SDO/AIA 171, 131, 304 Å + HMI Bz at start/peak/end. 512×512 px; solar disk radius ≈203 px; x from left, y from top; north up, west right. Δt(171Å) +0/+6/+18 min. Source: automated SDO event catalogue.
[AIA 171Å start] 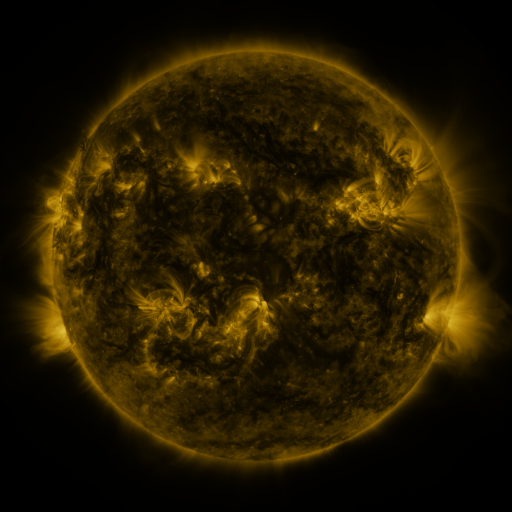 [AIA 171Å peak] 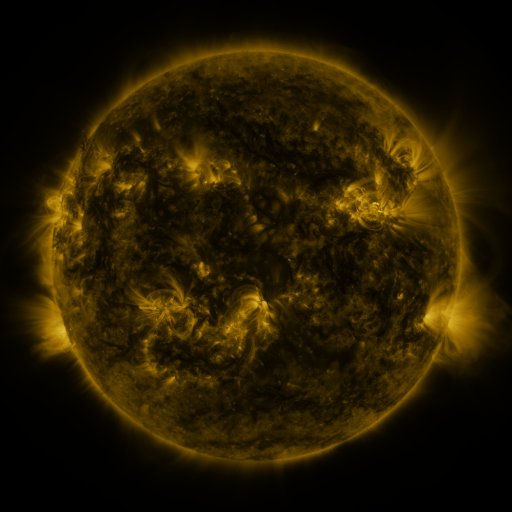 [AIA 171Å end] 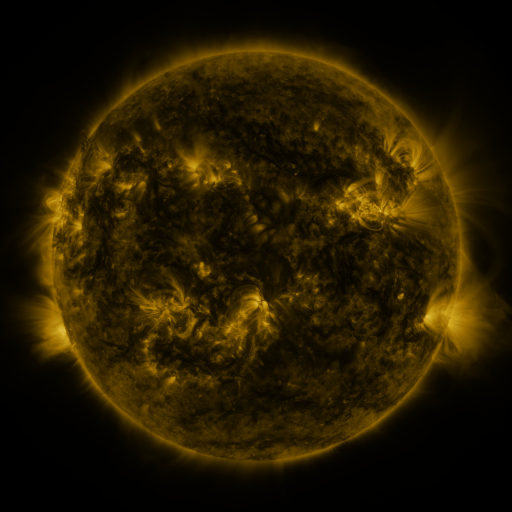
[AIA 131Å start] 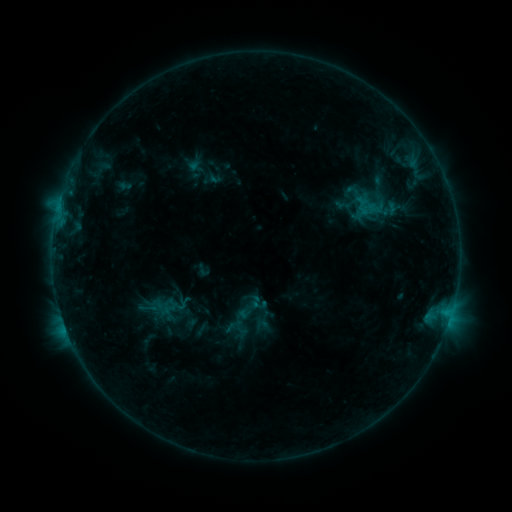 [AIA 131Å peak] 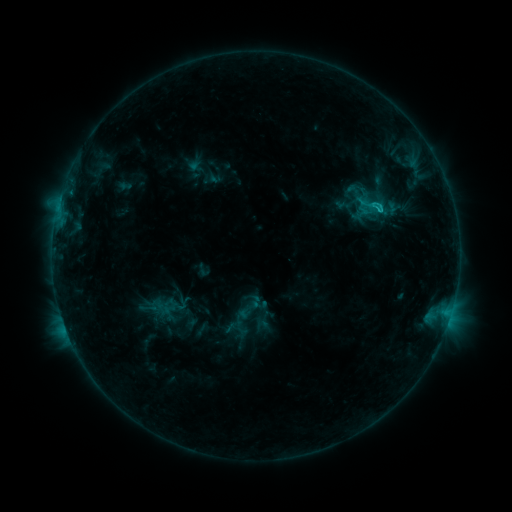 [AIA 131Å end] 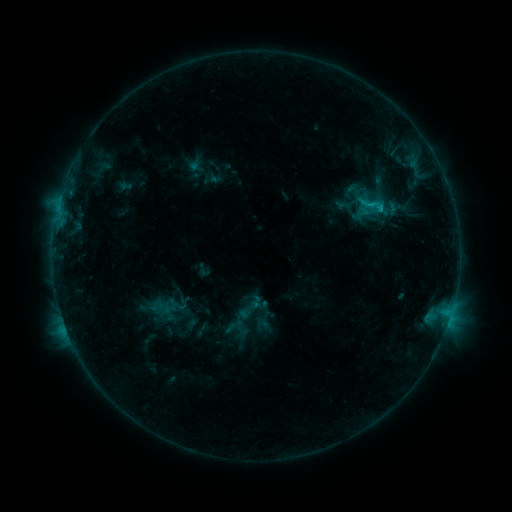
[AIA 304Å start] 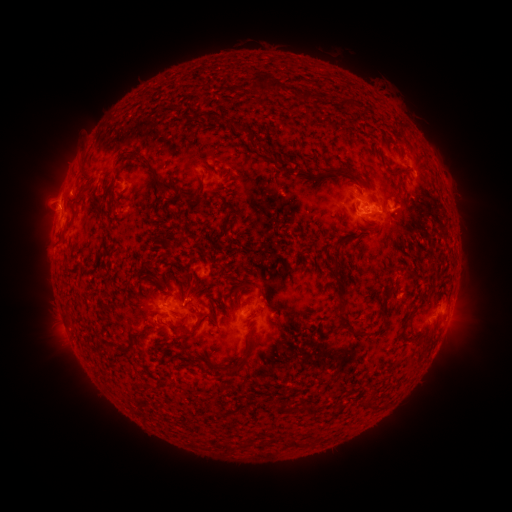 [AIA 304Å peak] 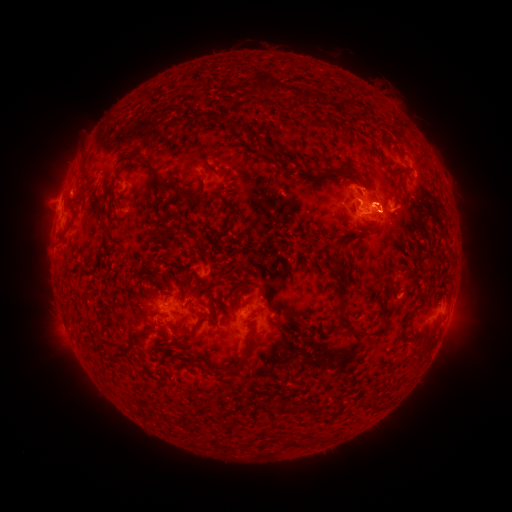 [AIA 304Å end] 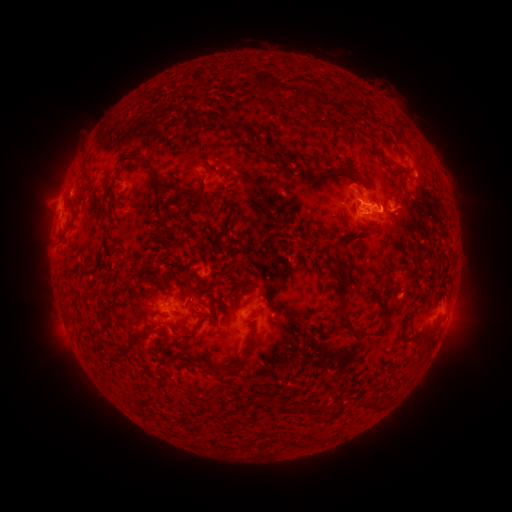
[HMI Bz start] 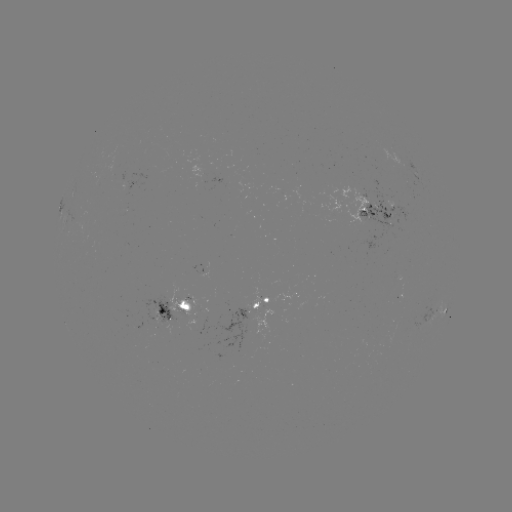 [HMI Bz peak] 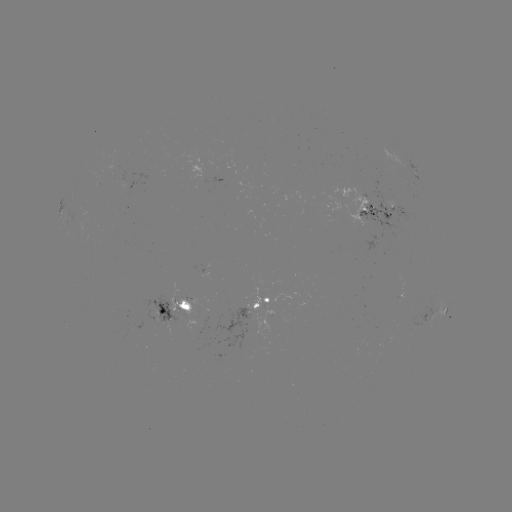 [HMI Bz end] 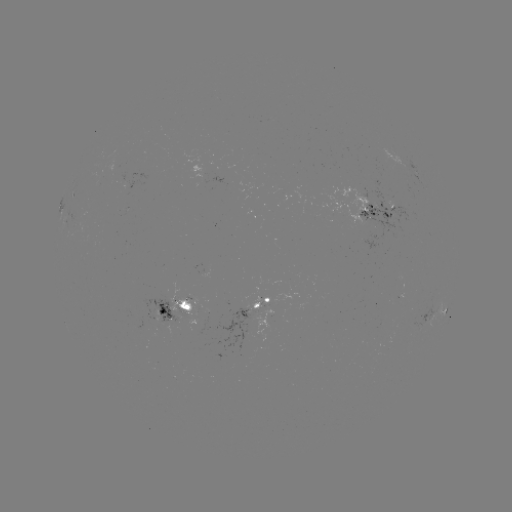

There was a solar flare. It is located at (379, 213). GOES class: C1.7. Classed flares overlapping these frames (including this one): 1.